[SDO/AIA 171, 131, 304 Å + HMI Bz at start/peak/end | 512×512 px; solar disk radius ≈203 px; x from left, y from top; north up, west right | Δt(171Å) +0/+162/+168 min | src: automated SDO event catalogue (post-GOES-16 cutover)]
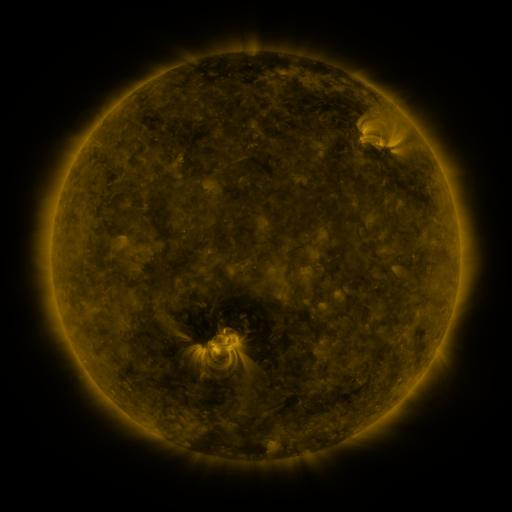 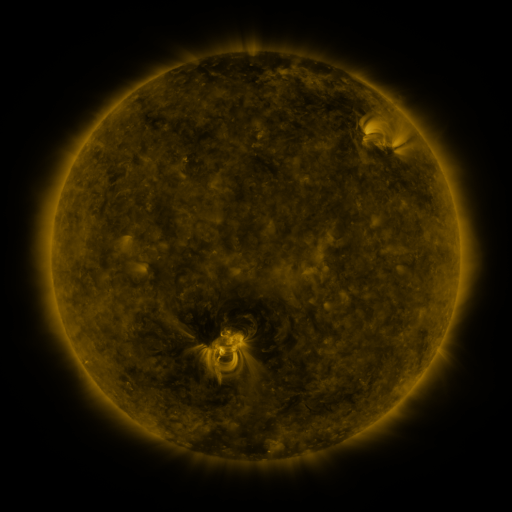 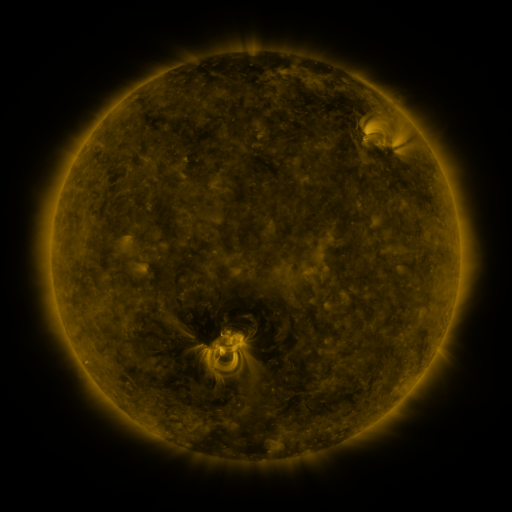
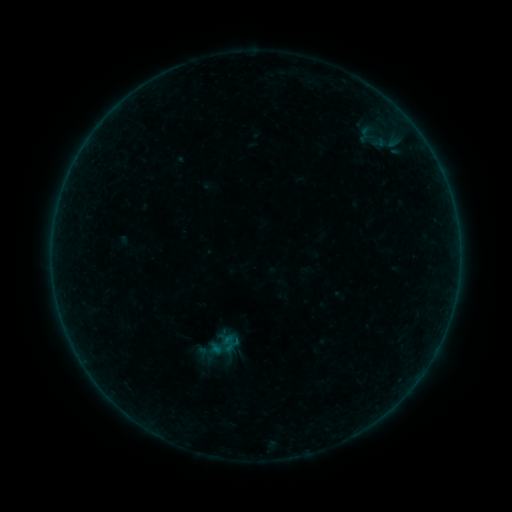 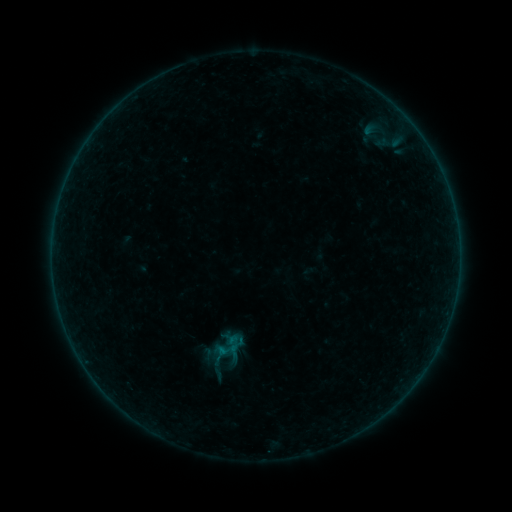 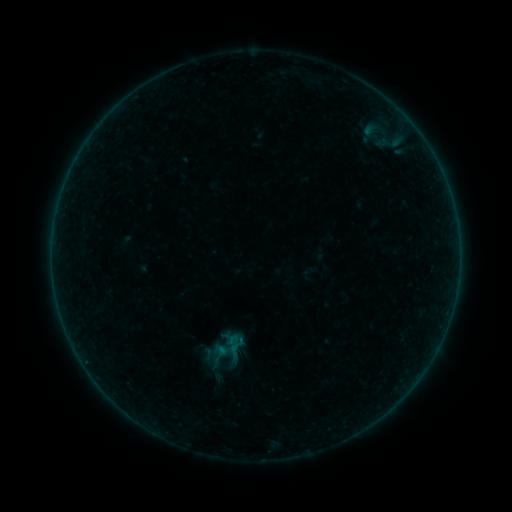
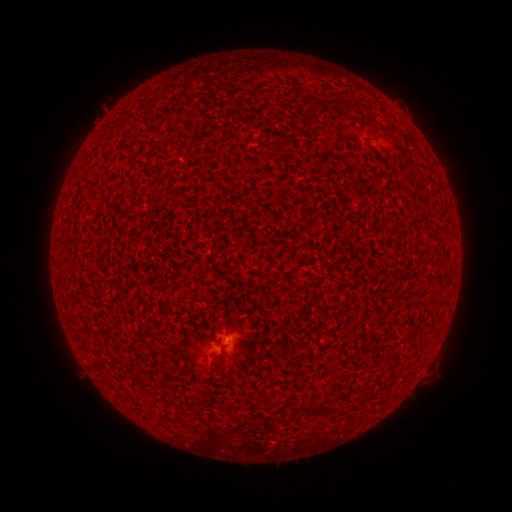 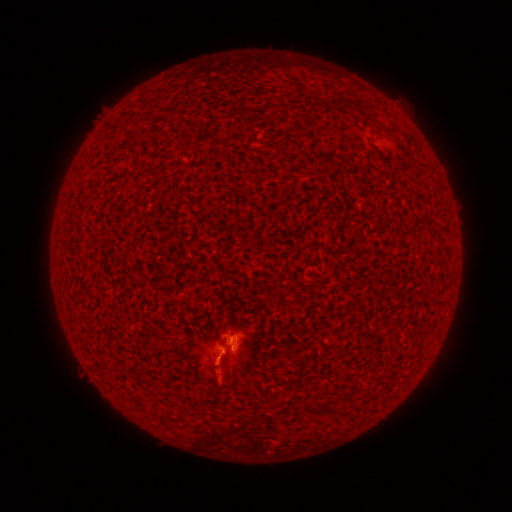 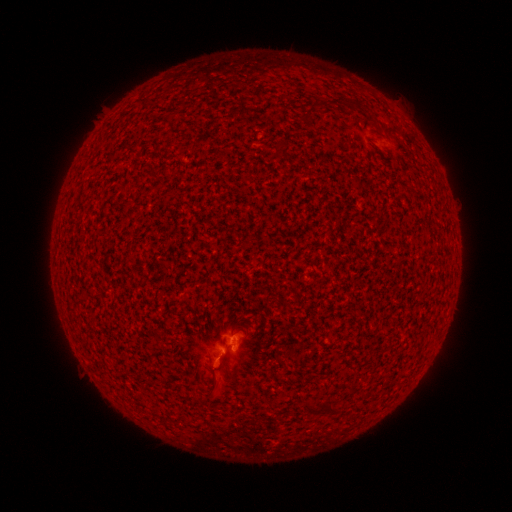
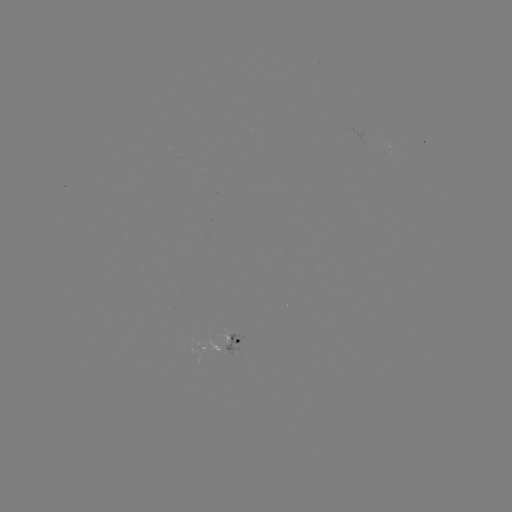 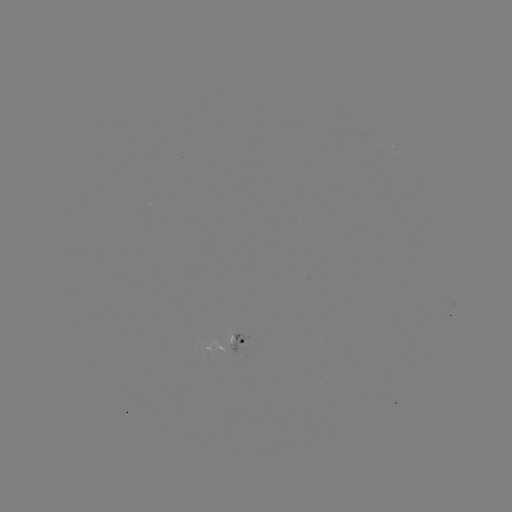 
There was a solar flare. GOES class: B1.5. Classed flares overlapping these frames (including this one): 4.